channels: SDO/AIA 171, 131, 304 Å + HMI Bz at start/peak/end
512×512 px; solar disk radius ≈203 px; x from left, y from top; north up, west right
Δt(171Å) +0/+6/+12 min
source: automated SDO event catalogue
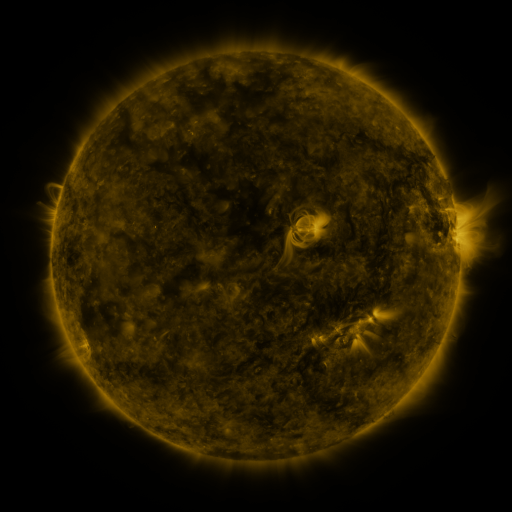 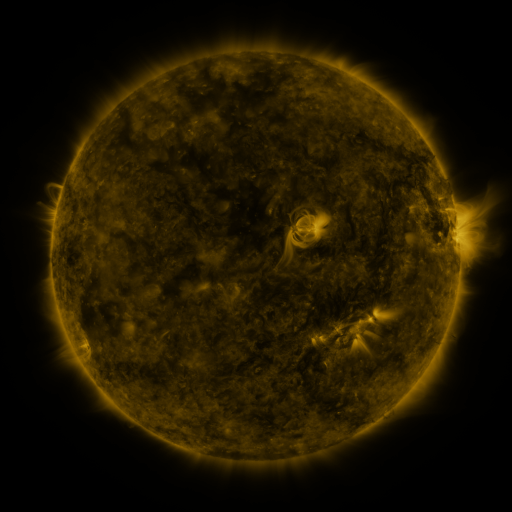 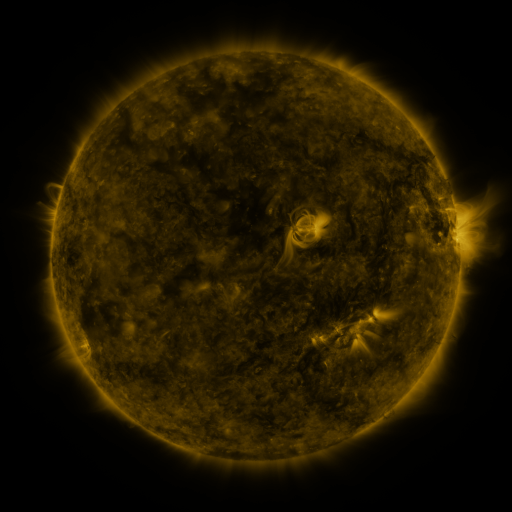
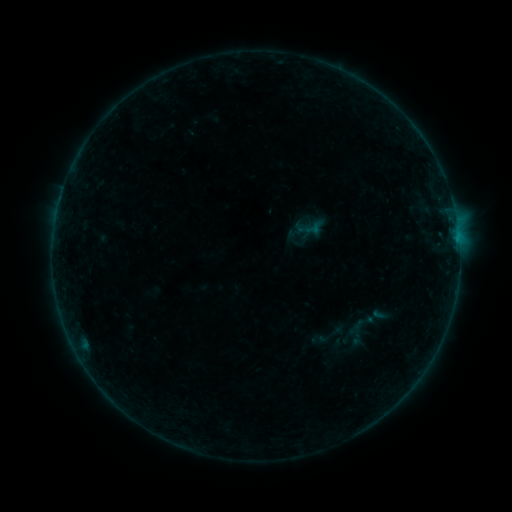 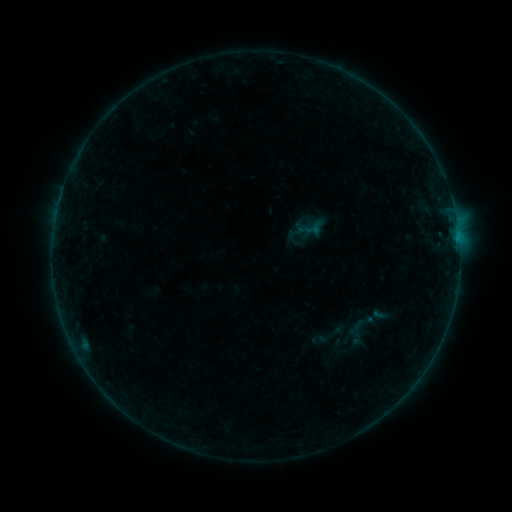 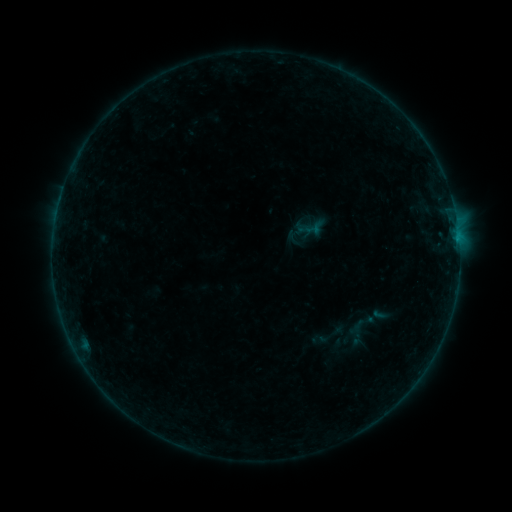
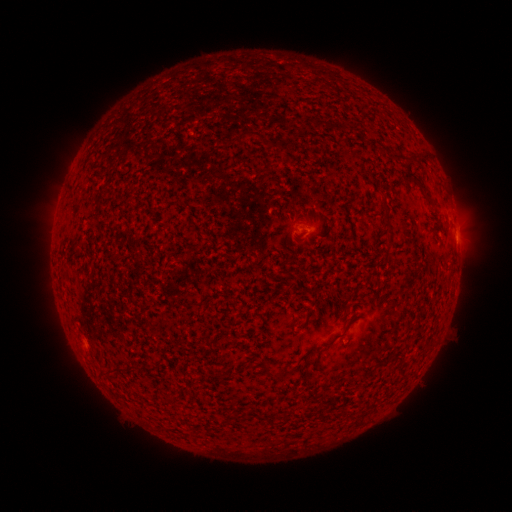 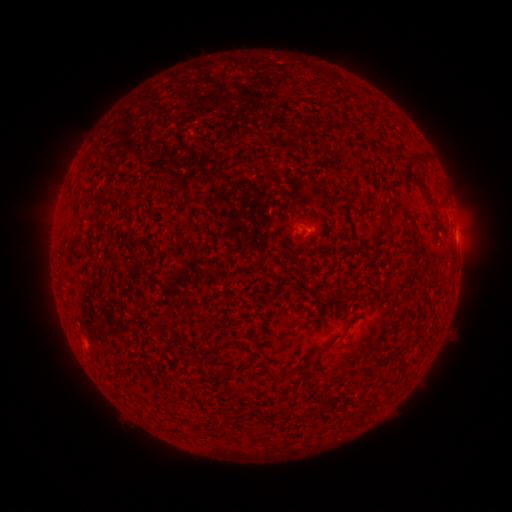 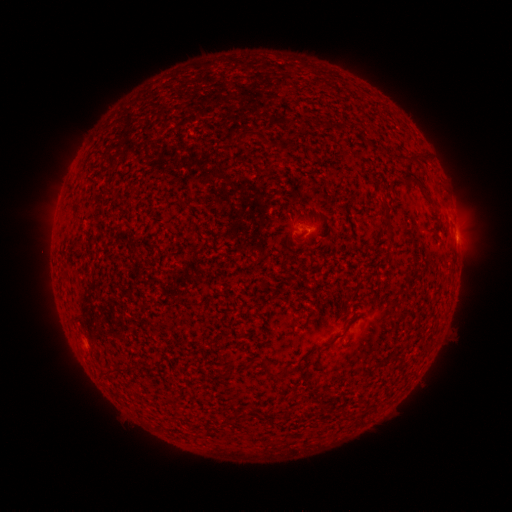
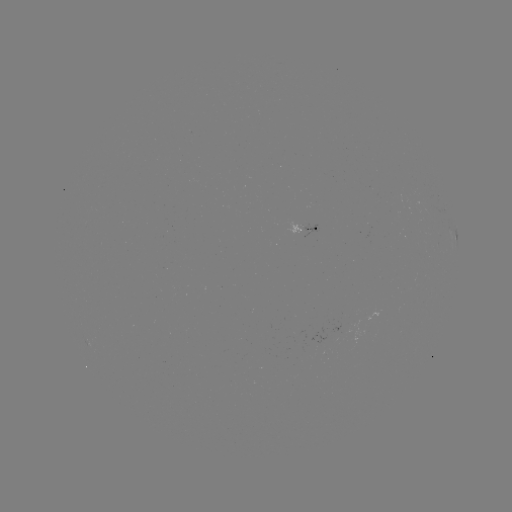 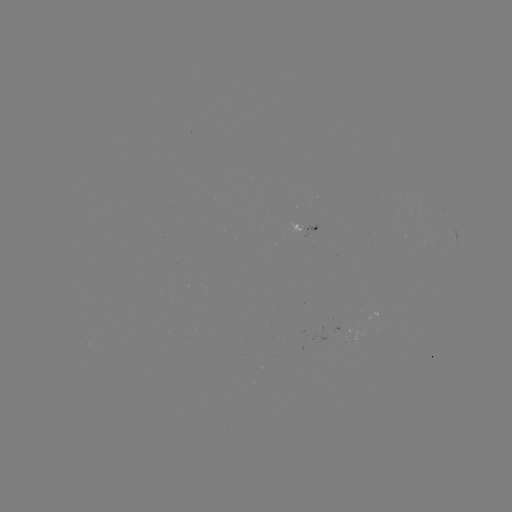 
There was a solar flare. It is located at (457, 240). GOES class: B1.3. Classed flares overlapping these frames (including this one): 1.